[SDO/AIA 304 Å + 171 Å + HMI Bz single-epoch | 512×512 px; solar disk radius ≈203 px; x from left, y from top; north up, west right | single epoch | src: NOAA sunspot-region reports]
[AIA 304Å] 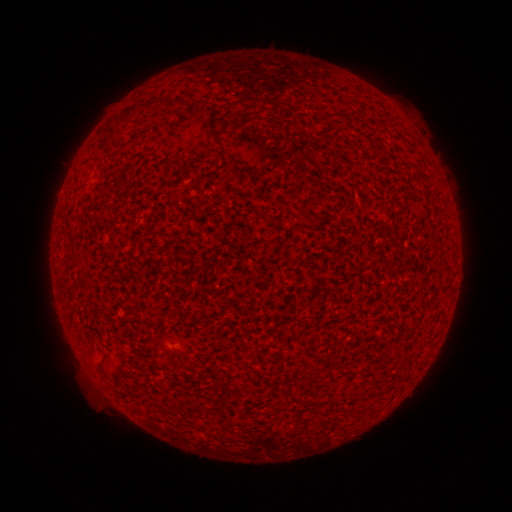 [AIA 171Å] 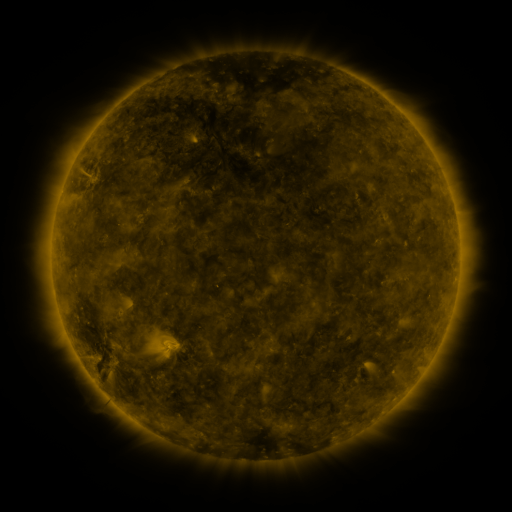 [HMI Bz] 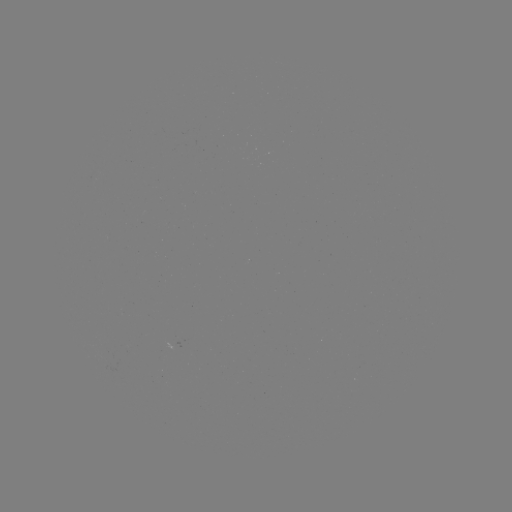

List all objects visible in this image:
(none)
